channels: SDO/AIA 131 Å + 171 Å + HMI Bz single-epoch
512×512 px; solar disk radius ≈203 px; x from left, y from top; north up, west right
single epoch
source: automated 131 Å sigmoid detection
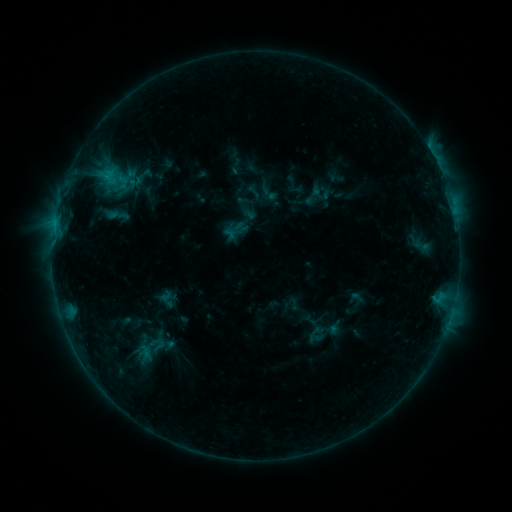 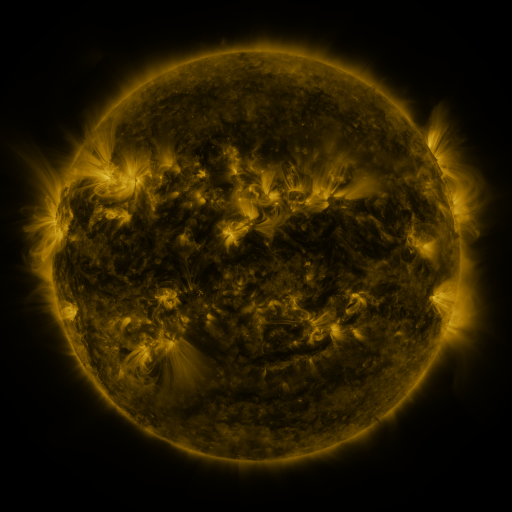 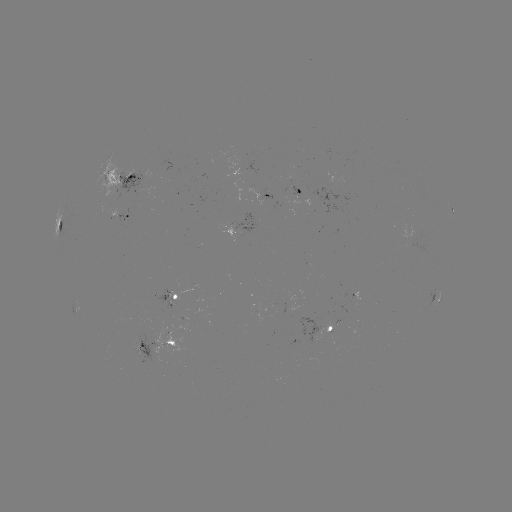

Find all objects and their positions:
sigmoid: [115, 174, 130, 190]
